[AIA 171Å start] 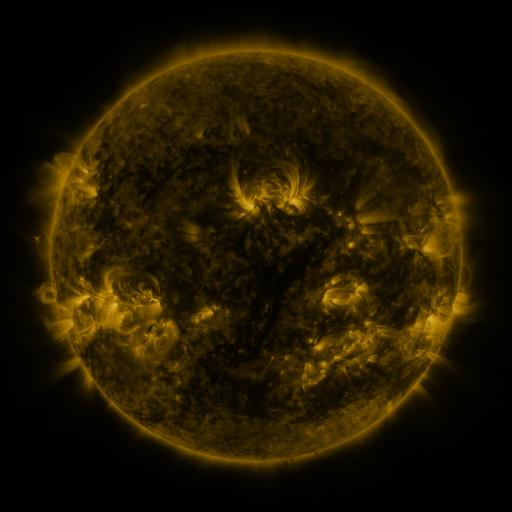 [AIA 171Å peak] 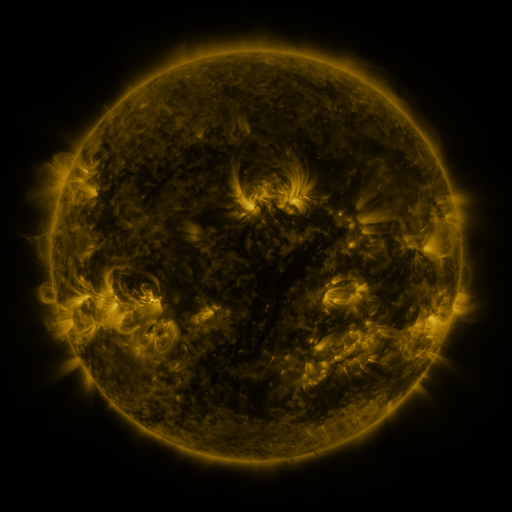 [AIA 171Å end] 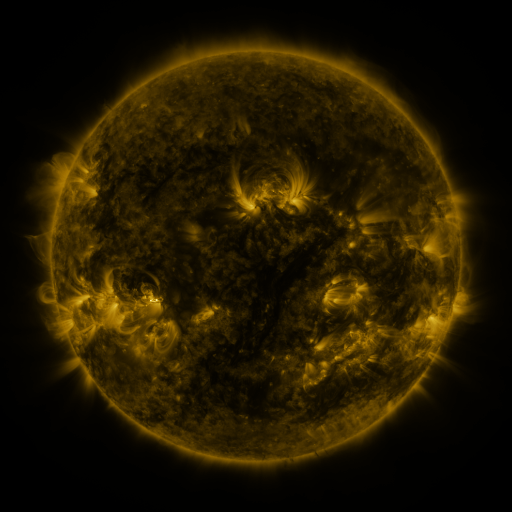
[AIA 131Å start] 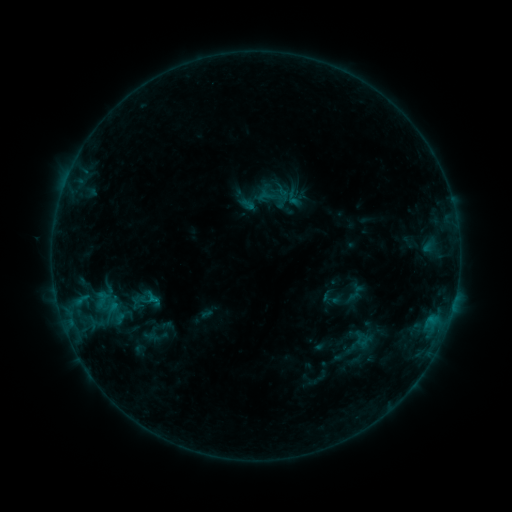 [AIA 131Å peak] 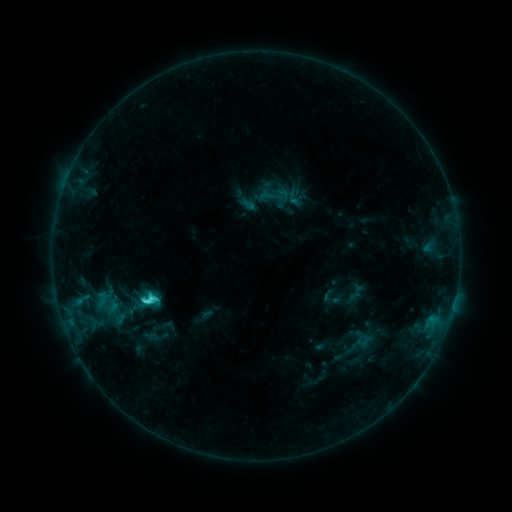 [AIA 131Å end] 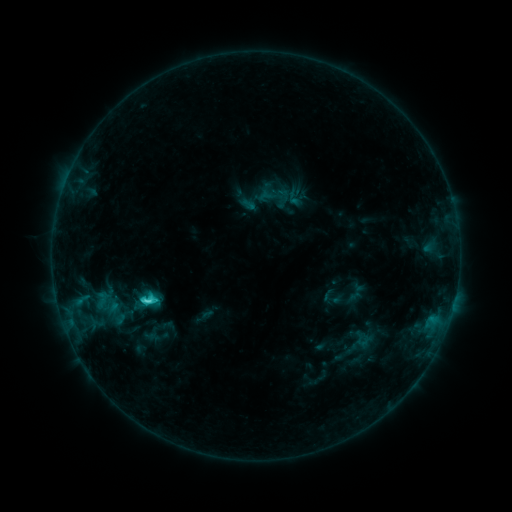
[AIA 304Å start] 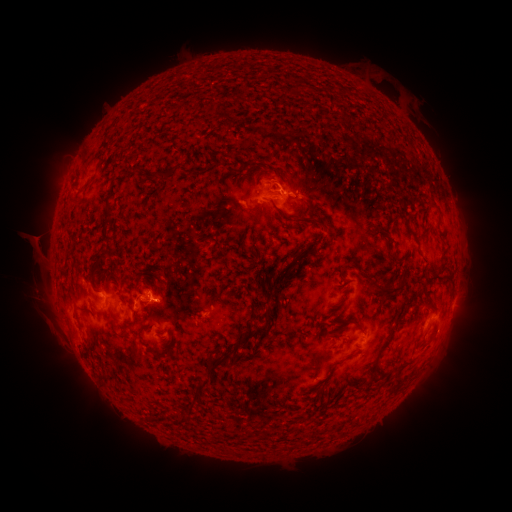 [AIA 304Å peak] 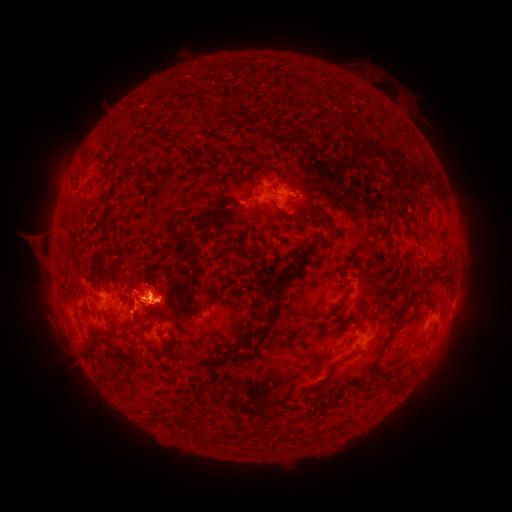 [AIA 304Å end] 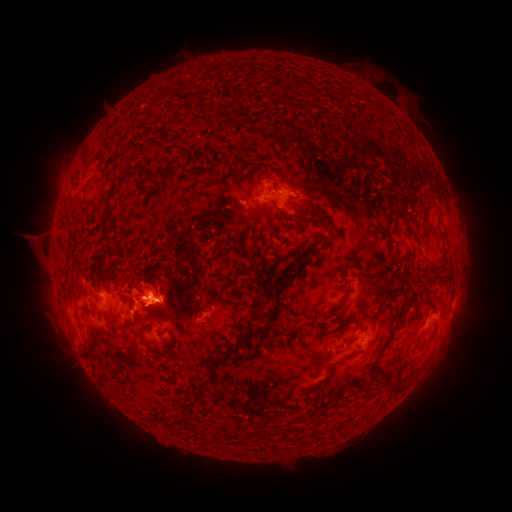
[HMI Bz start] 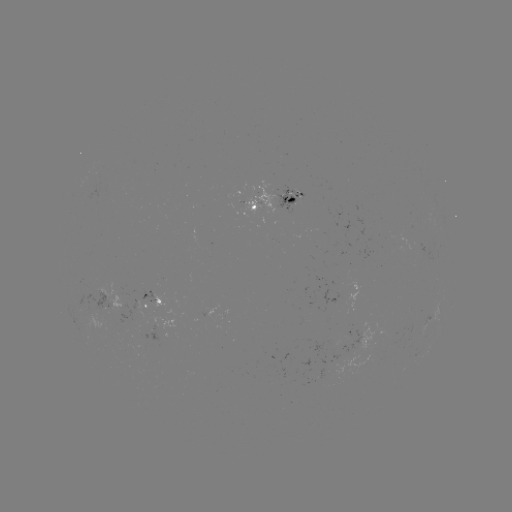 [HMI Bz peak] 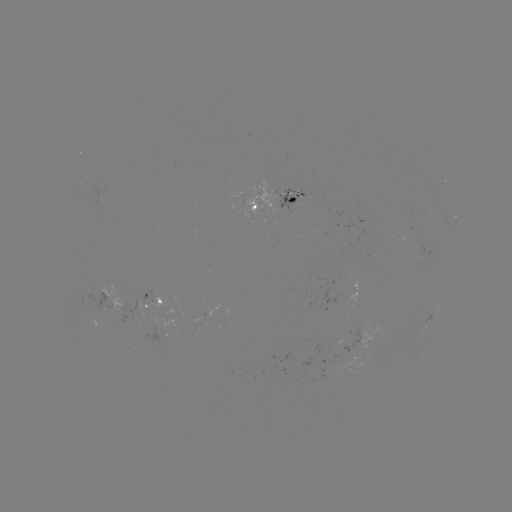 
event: flare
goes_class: C3.1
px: (148, 298)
